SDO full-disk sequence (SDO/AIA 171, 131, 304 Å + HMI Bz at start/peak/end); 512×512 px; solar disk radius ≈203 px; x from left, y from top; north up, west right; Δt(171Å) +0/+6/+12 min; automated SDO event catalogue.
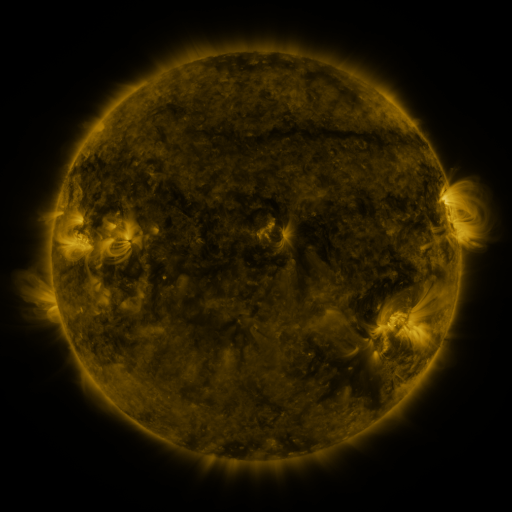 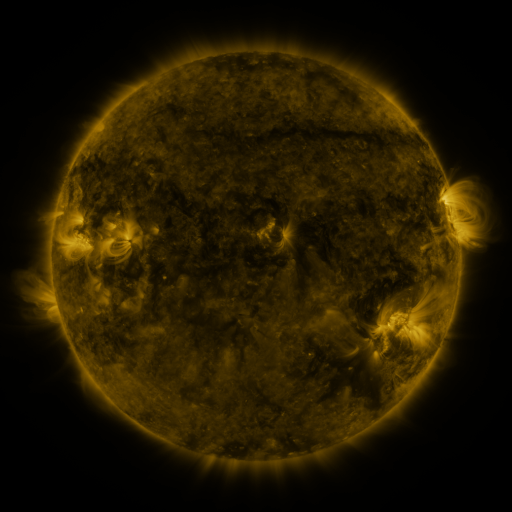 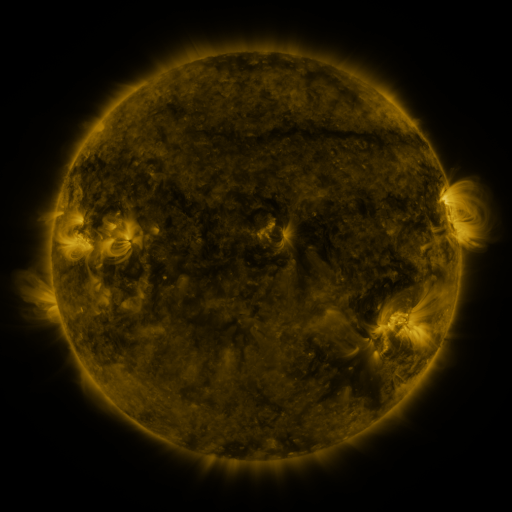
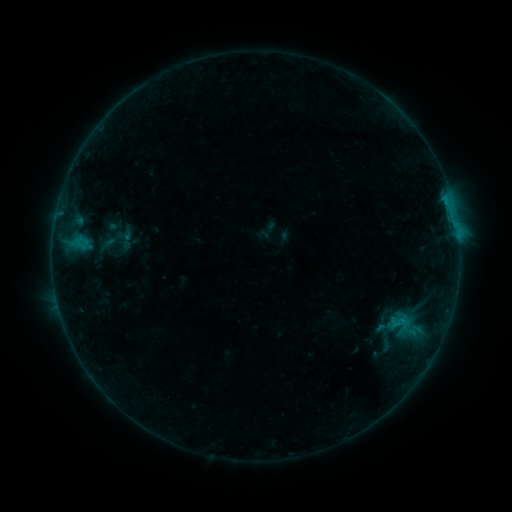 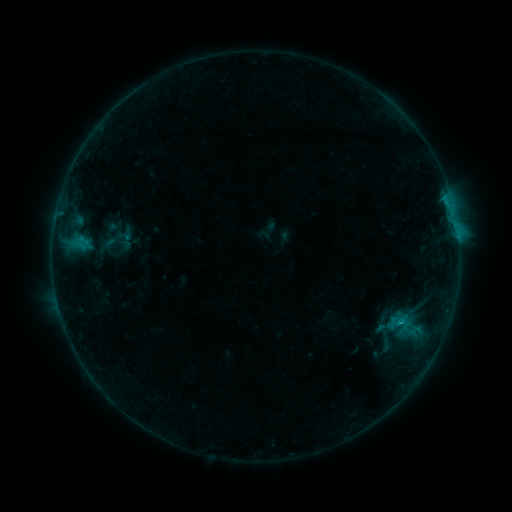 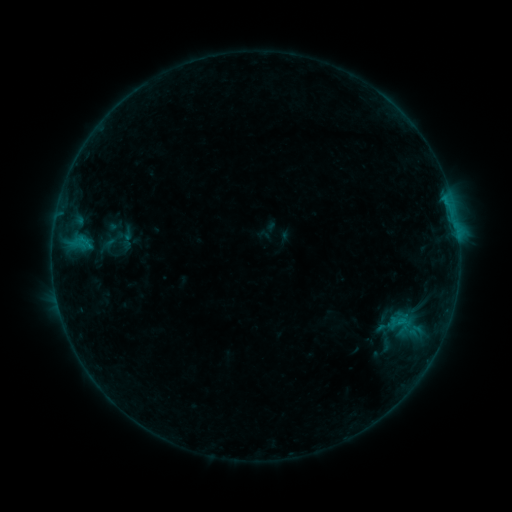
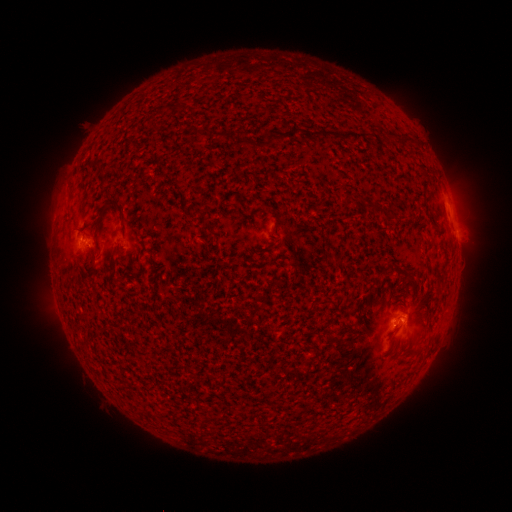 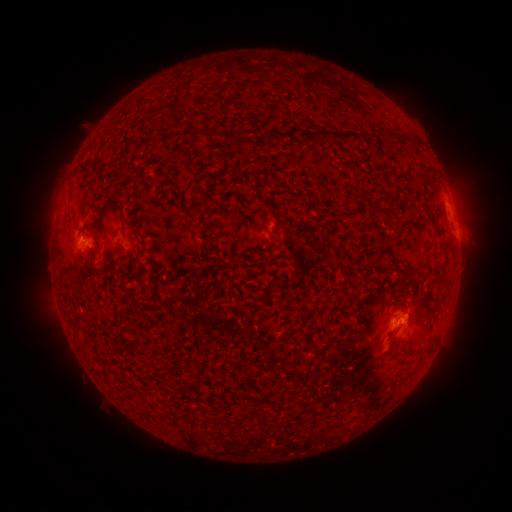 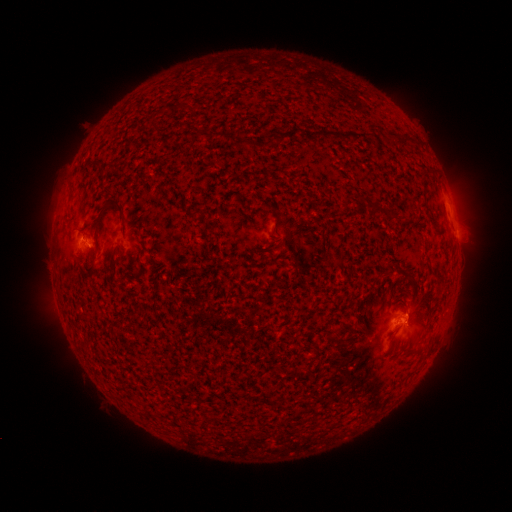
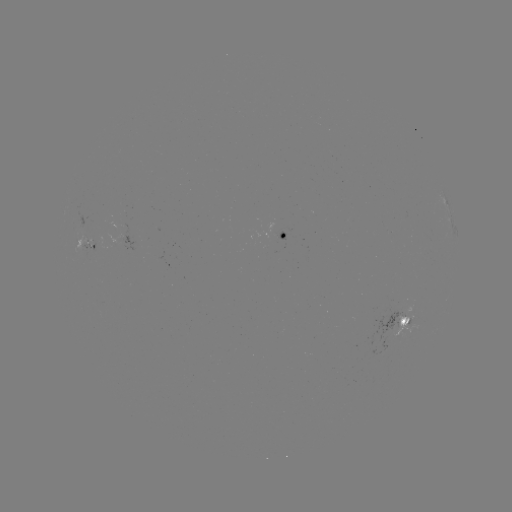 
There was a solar flare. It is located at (399, 322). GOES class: B5.5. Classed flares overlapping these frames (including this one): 1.